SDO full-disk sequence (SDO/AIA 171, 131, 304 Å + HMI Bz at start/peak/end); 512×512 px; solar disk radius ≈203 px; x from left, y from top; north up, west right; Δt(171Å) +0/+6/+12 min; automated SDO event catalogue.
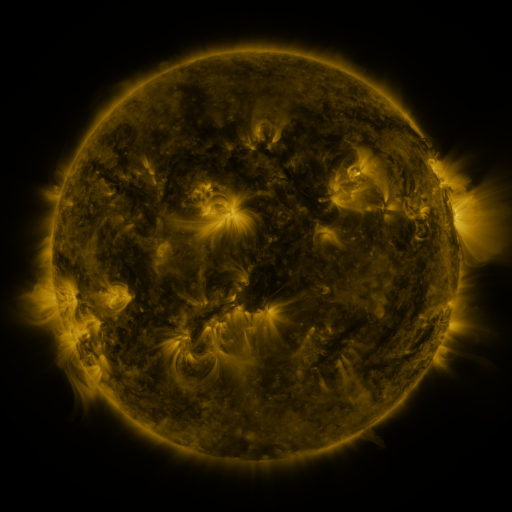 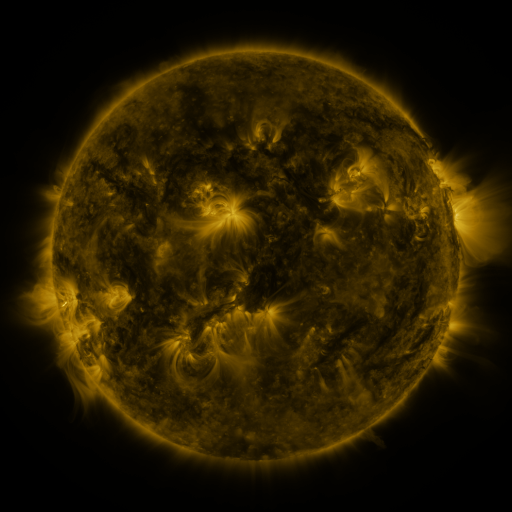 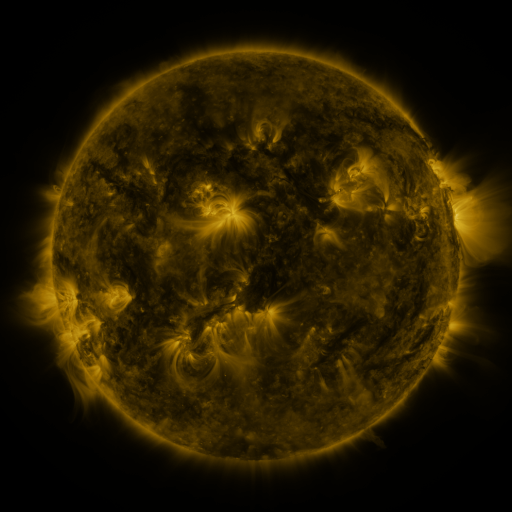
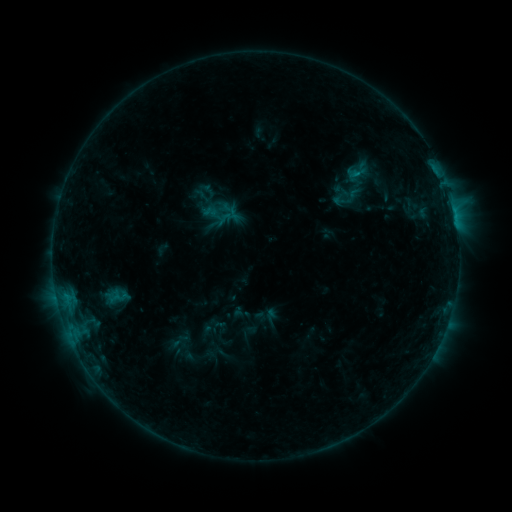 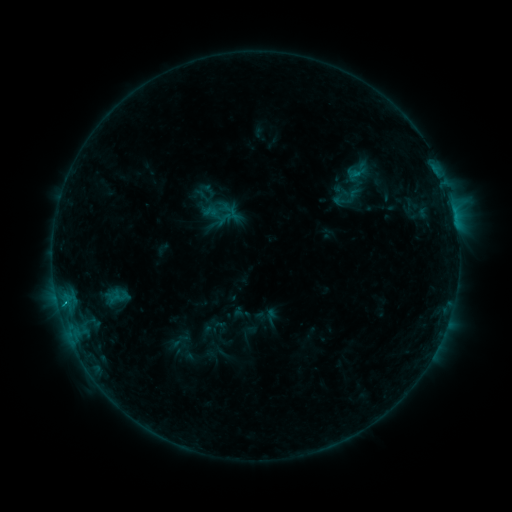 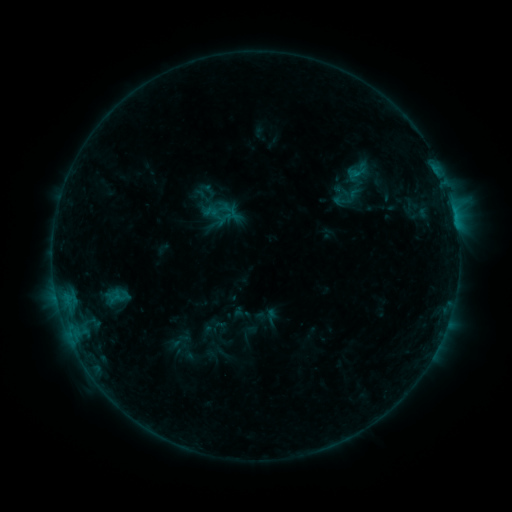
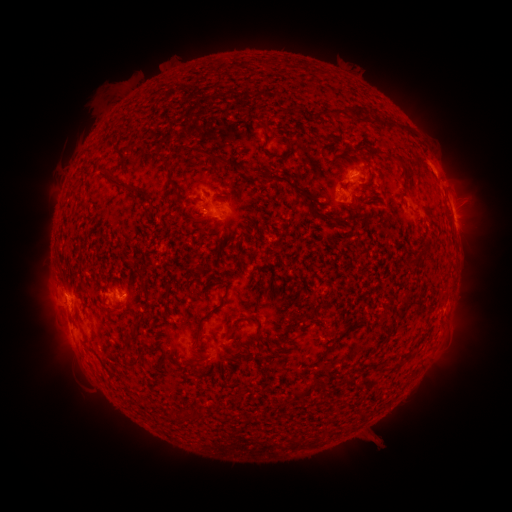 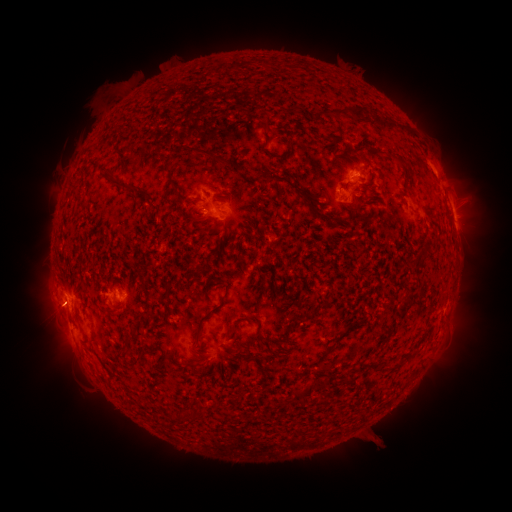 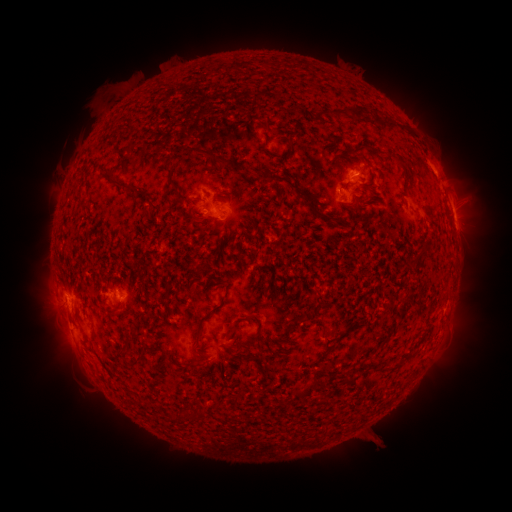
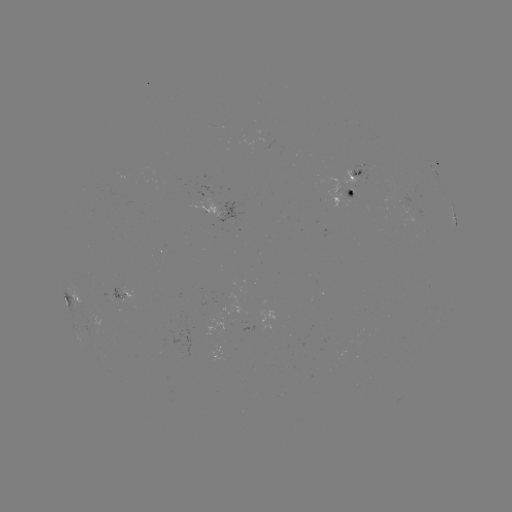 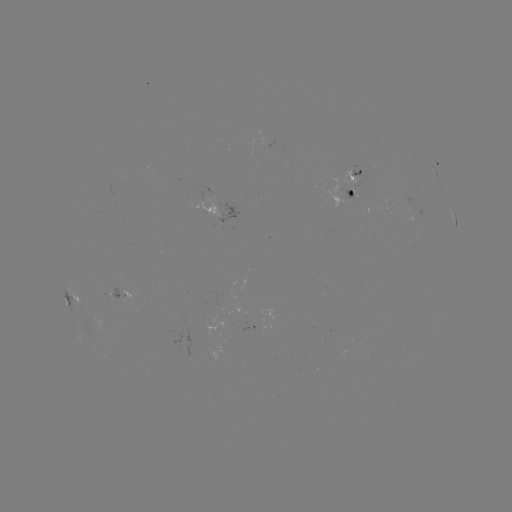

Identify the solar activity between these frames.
B5.7 flare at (64, 300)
